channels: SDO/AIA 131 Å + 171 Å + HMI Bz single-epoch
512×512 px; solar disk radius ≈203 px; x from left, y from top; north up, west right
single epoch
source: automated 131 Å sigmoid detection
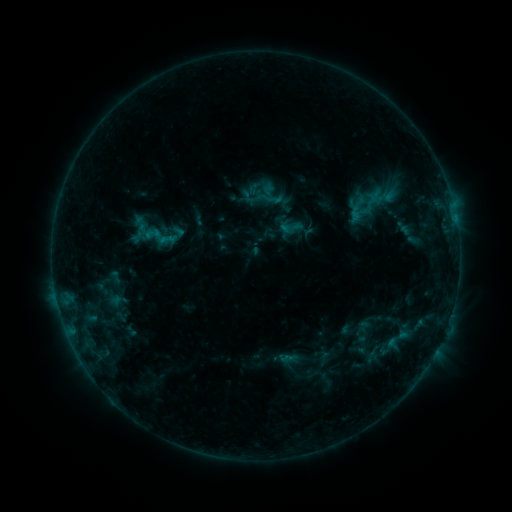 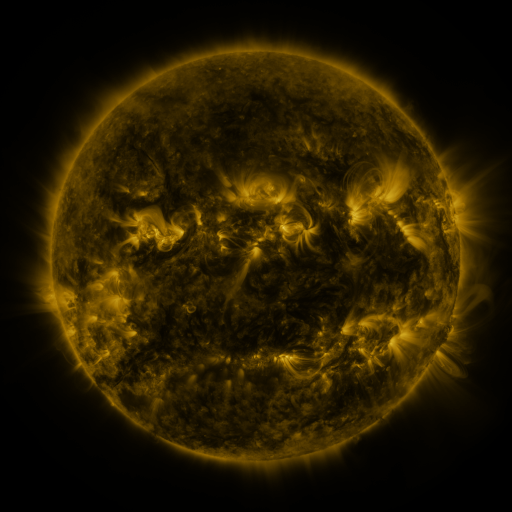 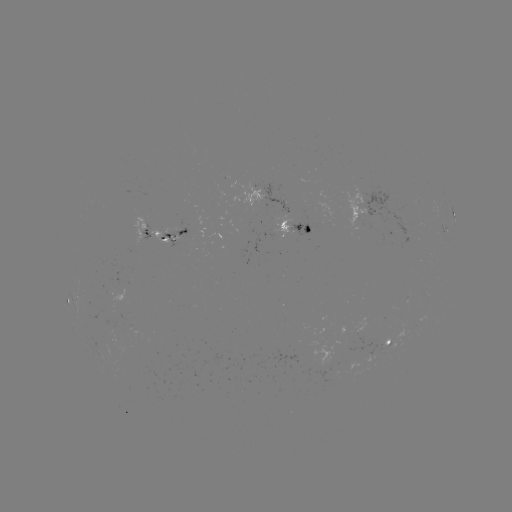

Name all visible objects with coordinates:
sigmoid: (359, 191, 383, 209)
sigmoid: (277, 214, 304, 240)
sigmoid: (142, 217, 181, 257)
